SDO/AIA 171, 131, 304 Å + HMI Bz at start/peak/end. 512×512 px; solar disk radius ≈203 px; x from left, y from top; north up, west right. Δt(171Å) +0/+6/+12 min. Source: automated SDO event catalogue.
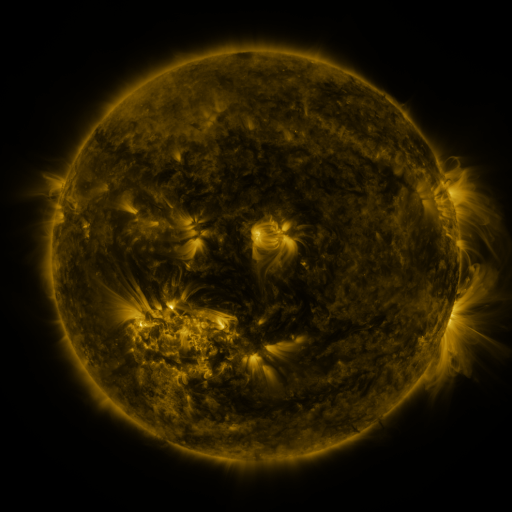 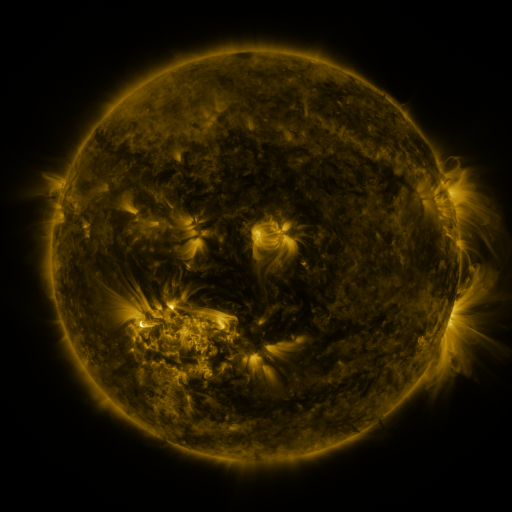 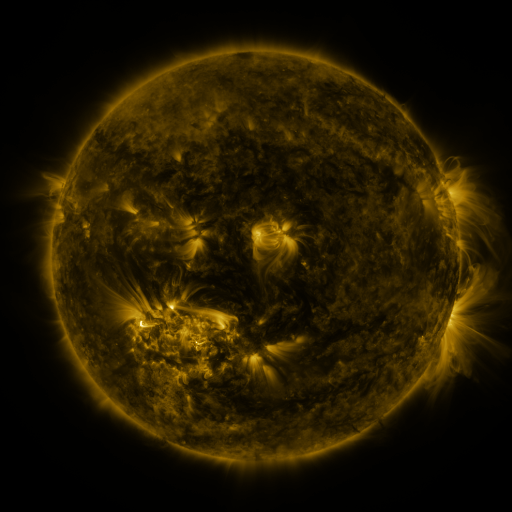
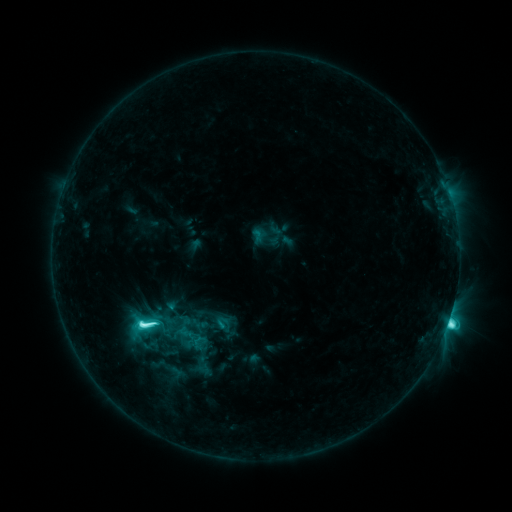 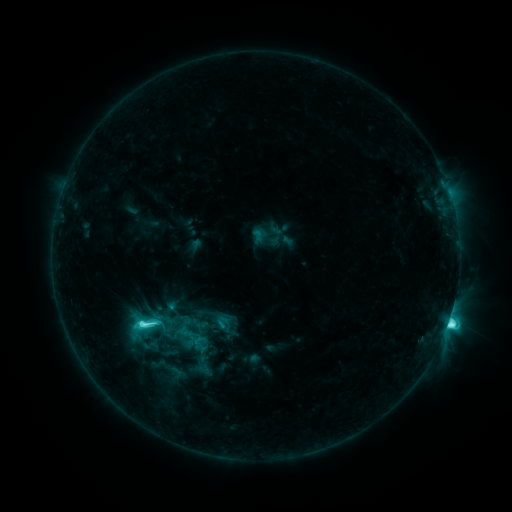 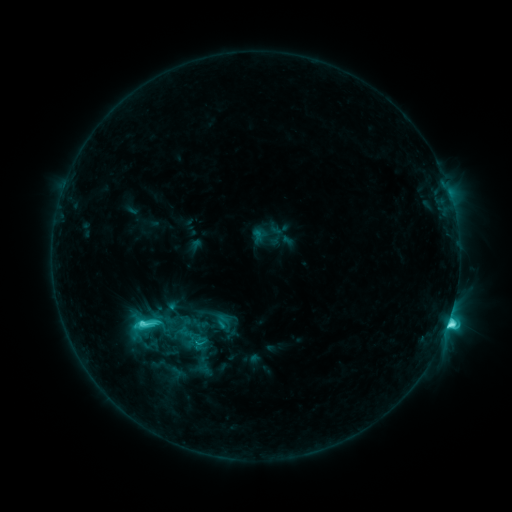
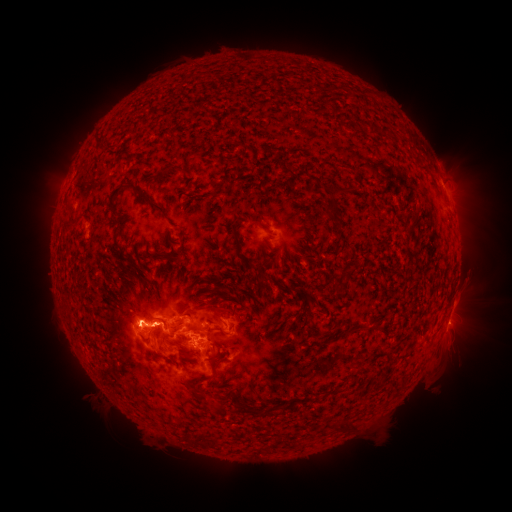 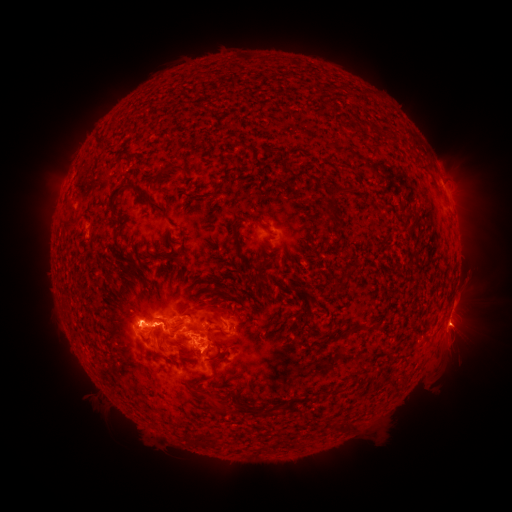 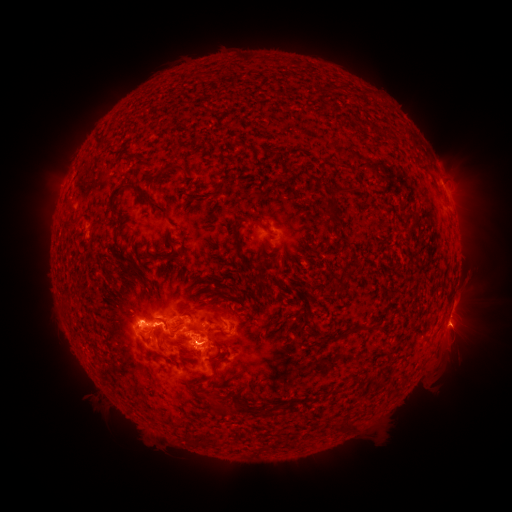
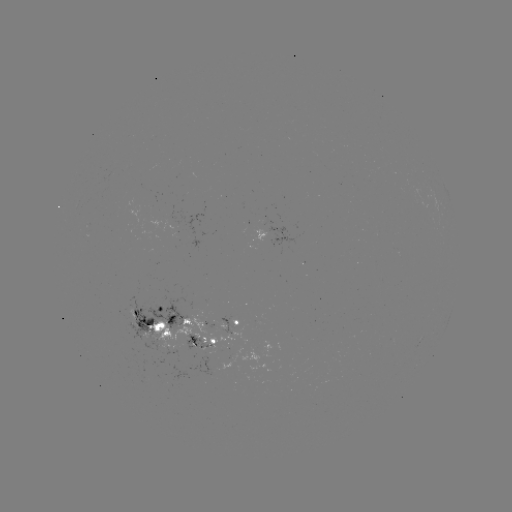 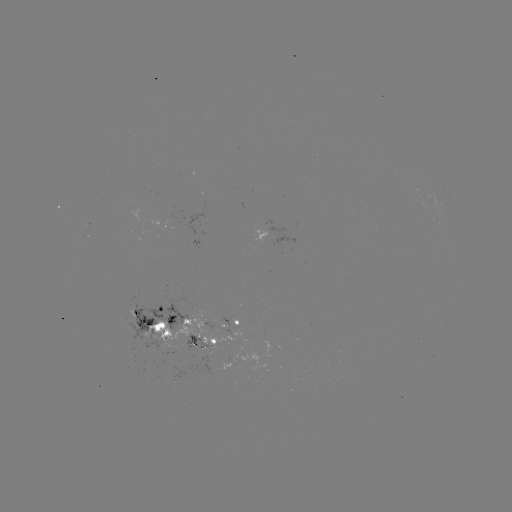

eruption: [433, 302, 490, 351]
